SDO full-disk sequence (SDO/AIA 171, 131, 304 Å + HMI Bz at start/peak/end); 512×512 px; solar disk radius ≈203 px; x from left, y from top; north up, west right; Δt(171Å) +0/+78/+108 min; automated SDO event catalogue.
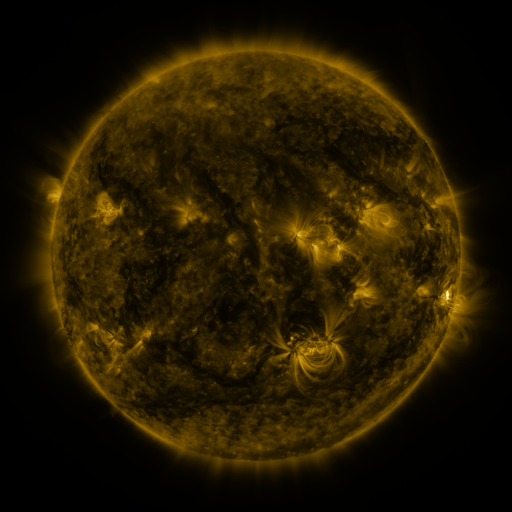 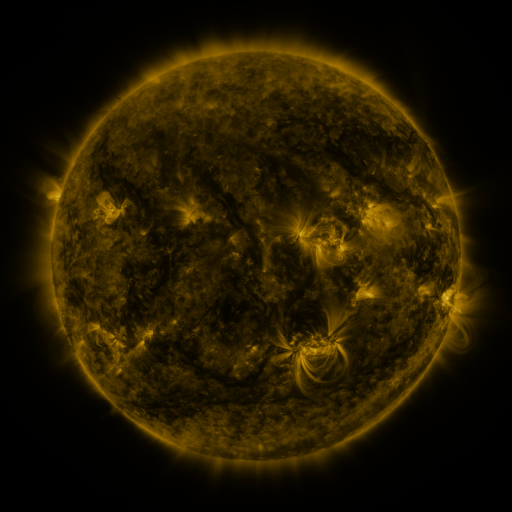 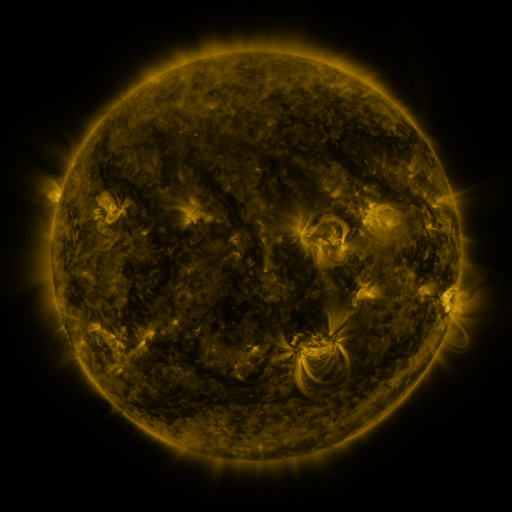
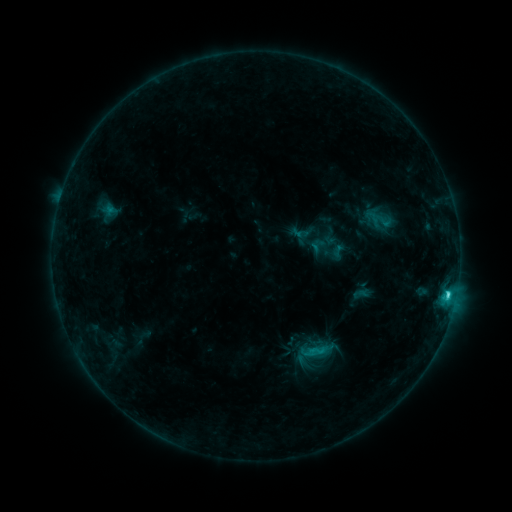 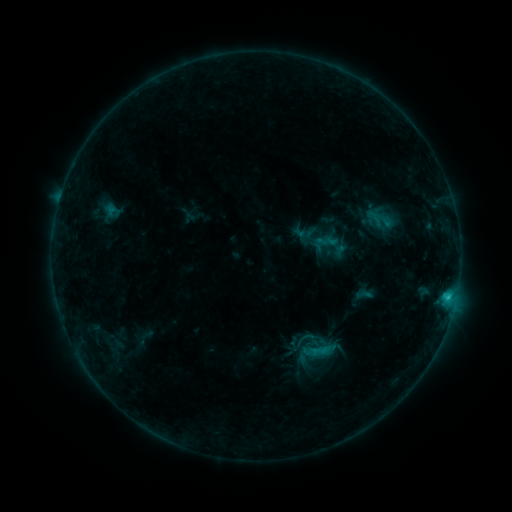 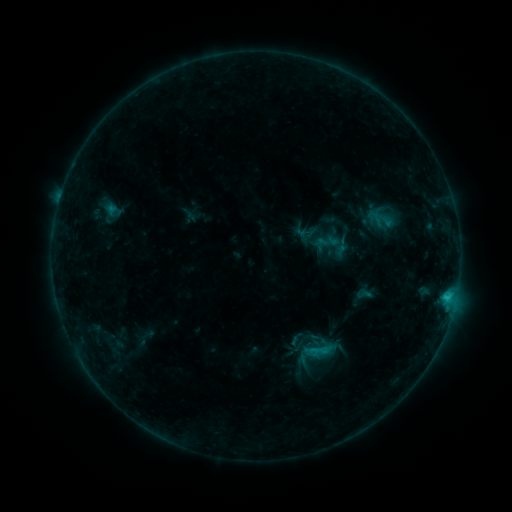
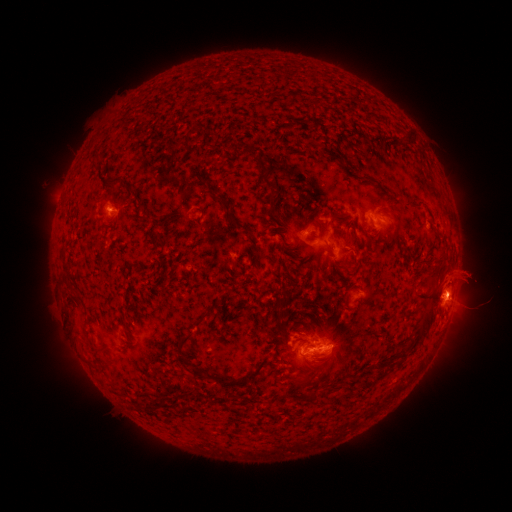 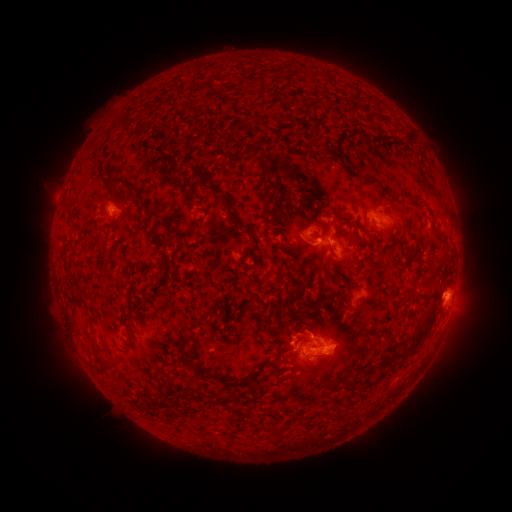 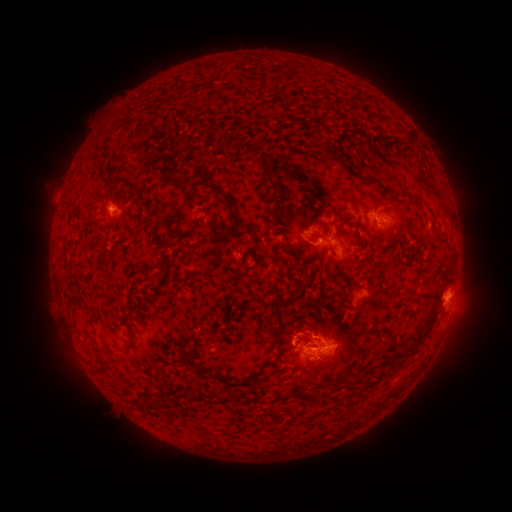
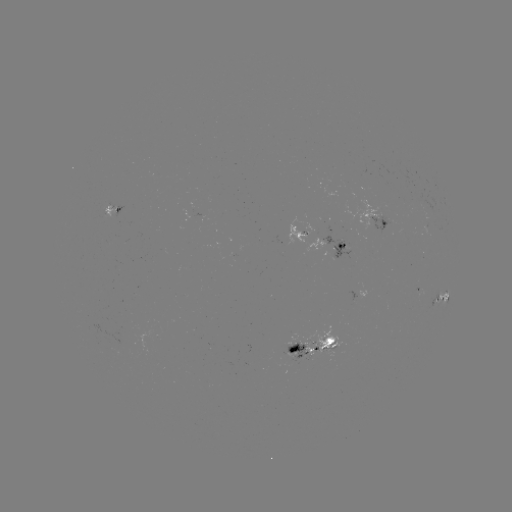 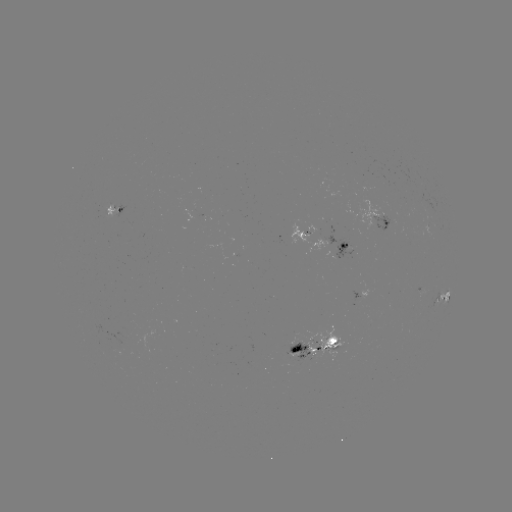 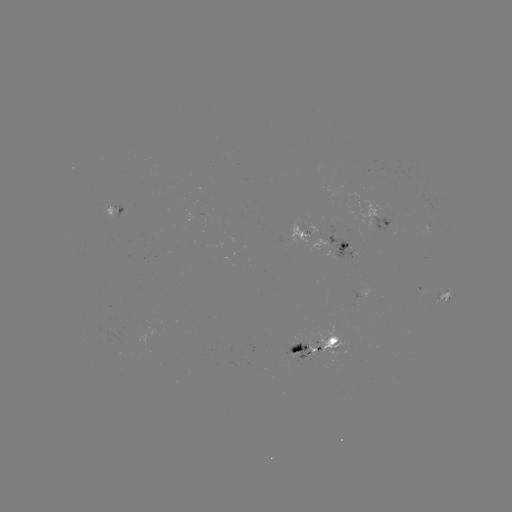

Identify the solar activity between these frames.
C2.0 flare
